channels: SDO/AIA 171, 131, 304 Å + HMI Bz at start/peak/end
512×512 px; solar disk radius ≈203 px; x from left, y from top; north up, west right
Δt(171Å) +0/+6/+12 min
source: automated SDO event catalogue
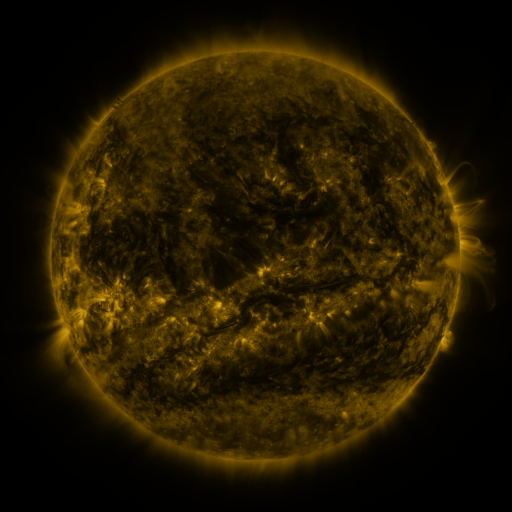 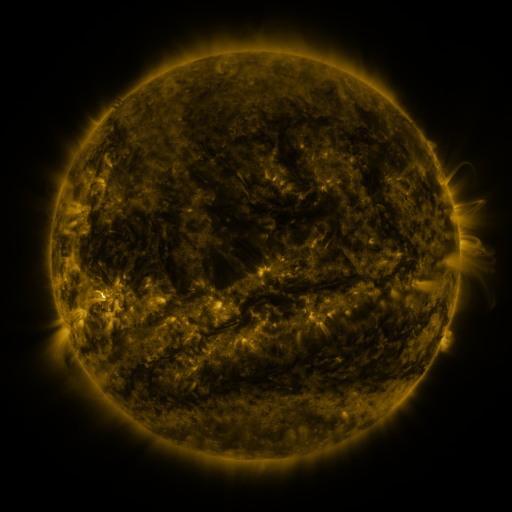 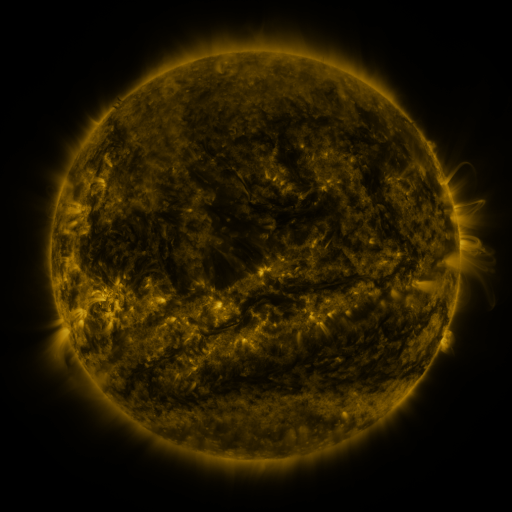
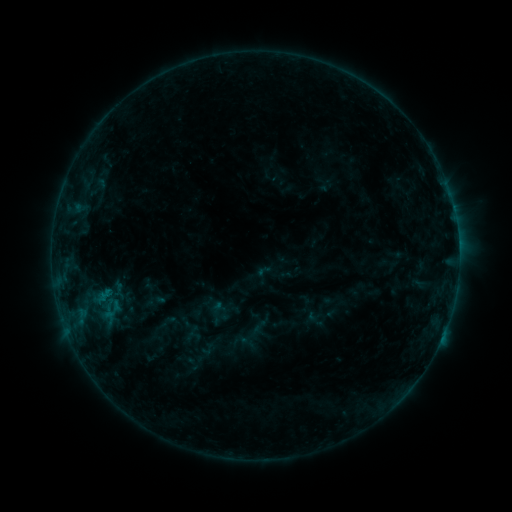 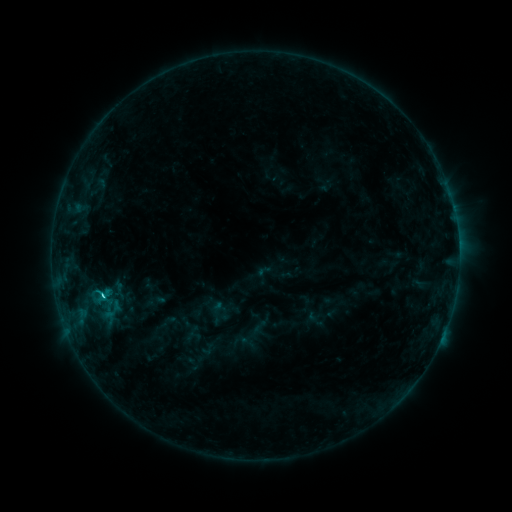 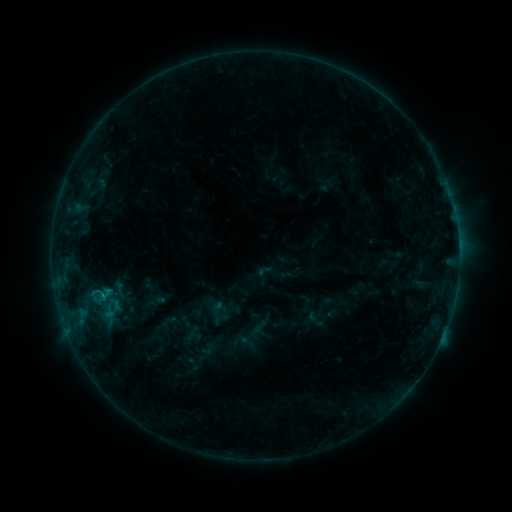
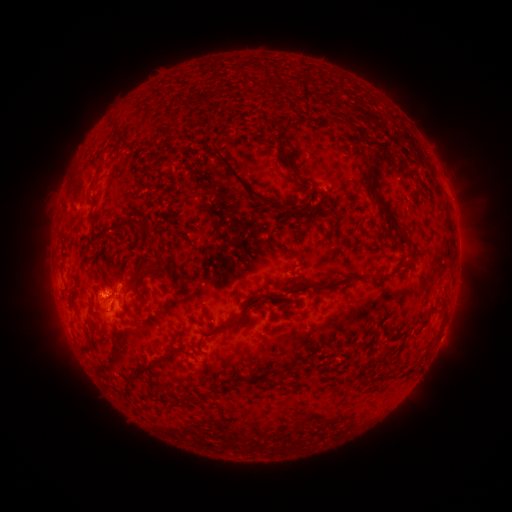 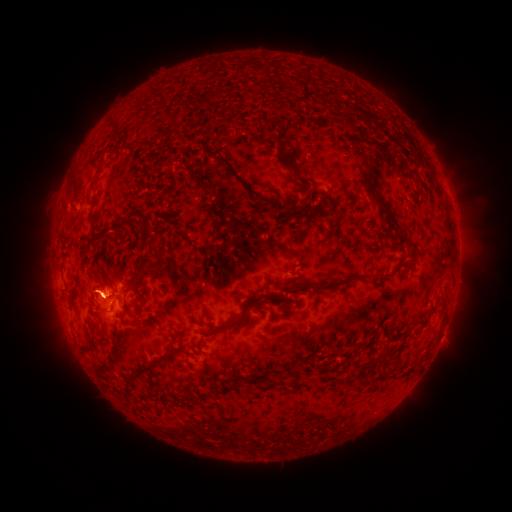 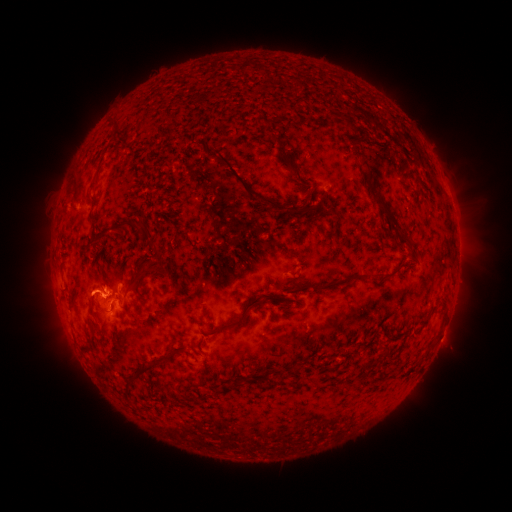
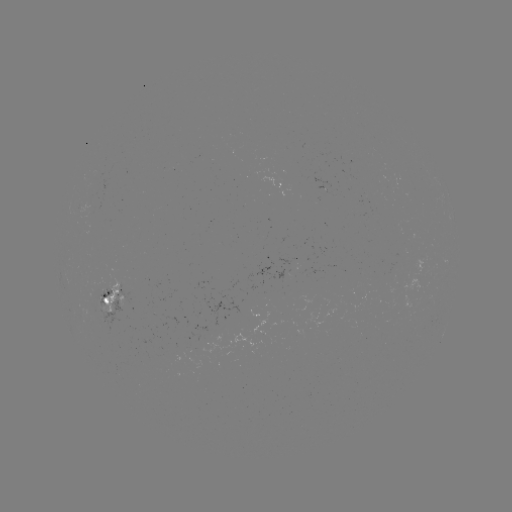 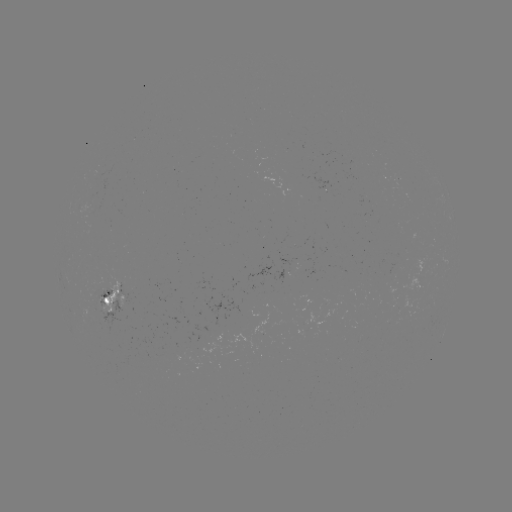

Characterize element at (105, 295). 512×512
C1.1 flare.